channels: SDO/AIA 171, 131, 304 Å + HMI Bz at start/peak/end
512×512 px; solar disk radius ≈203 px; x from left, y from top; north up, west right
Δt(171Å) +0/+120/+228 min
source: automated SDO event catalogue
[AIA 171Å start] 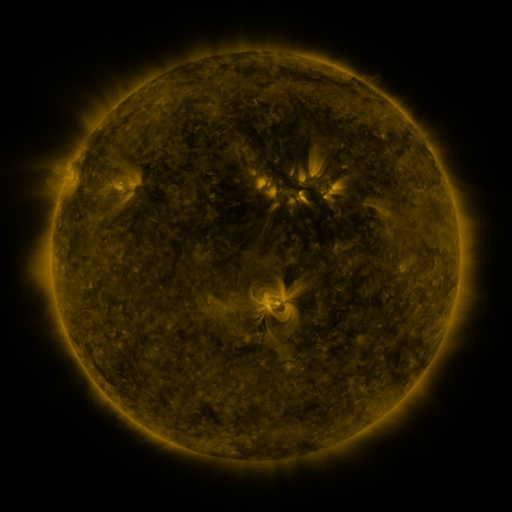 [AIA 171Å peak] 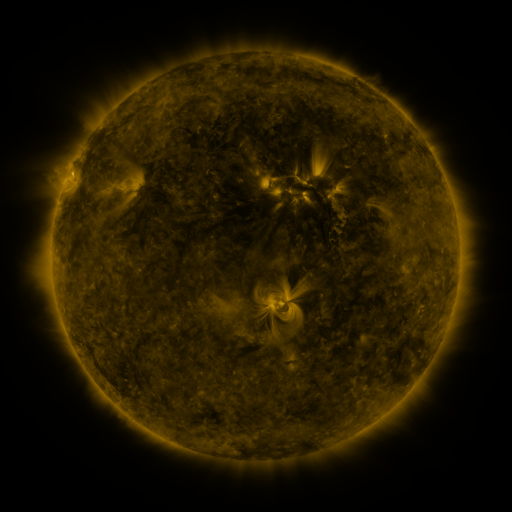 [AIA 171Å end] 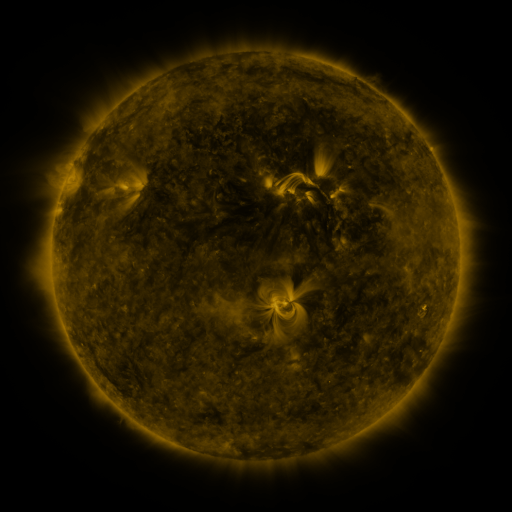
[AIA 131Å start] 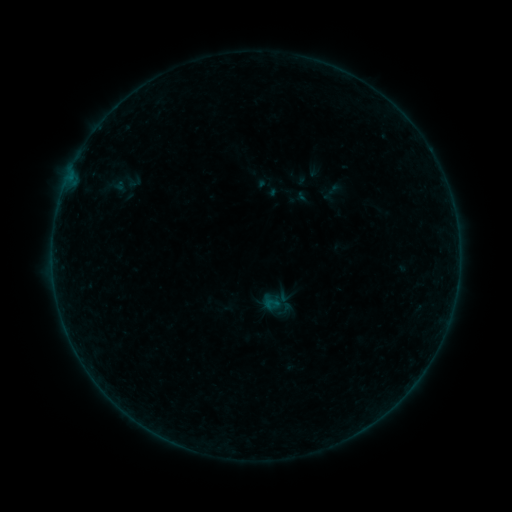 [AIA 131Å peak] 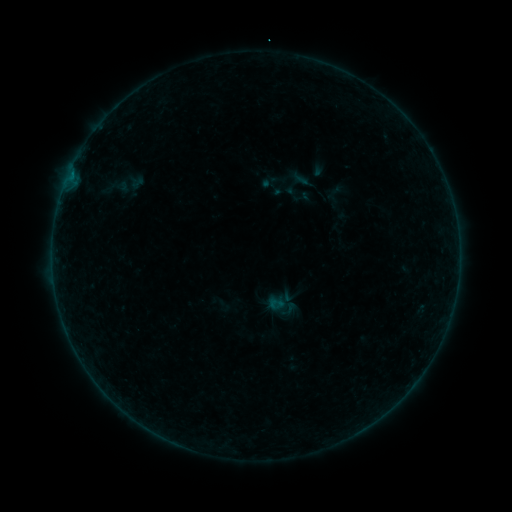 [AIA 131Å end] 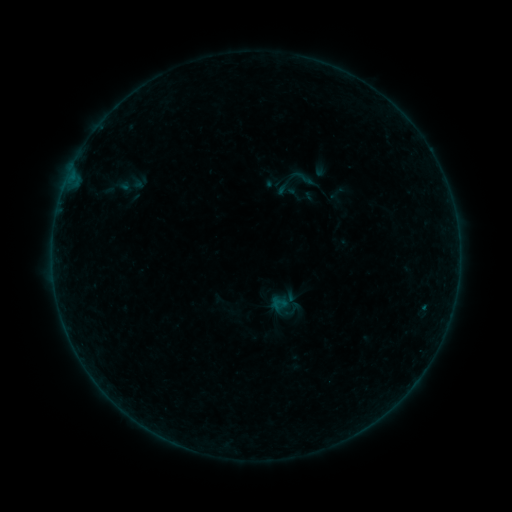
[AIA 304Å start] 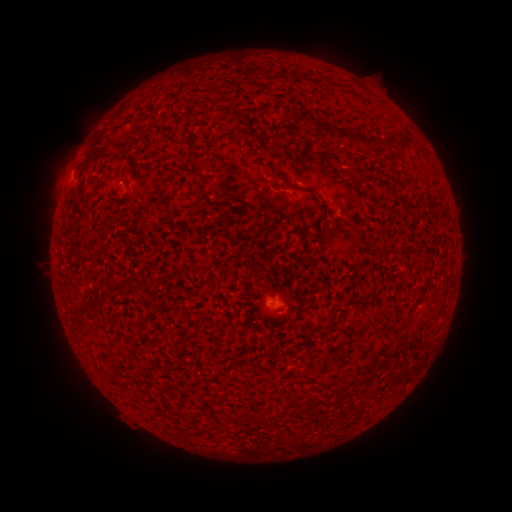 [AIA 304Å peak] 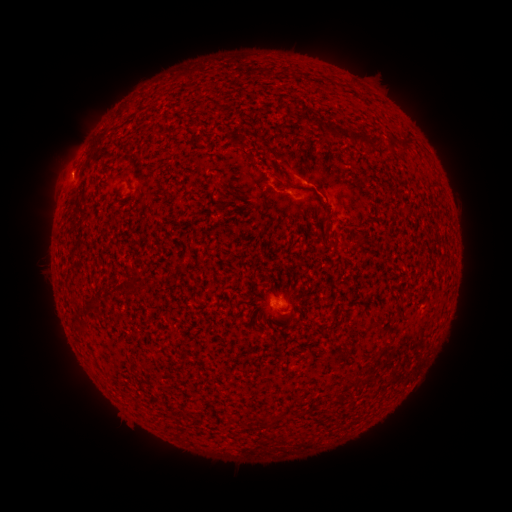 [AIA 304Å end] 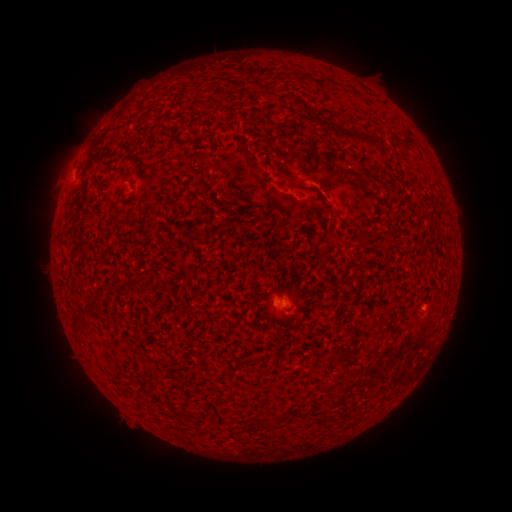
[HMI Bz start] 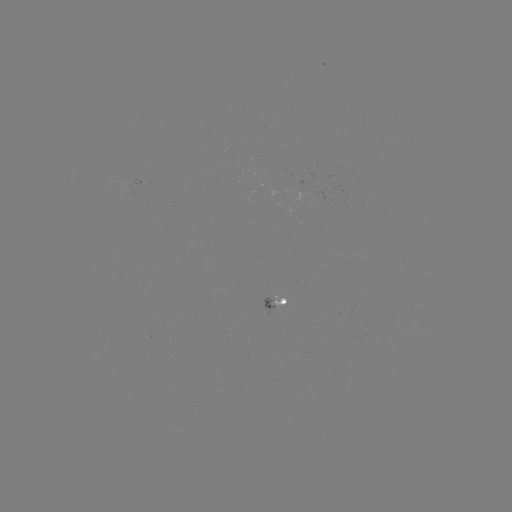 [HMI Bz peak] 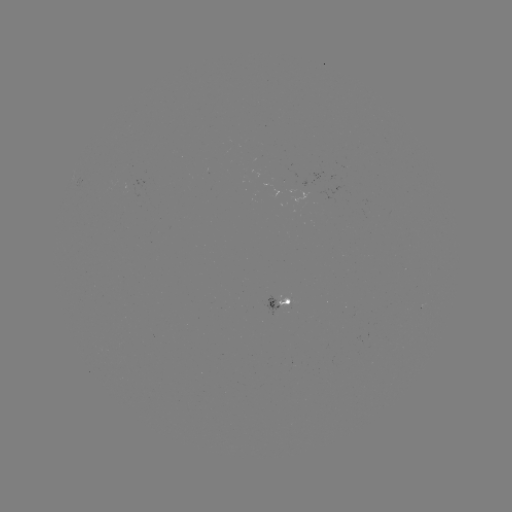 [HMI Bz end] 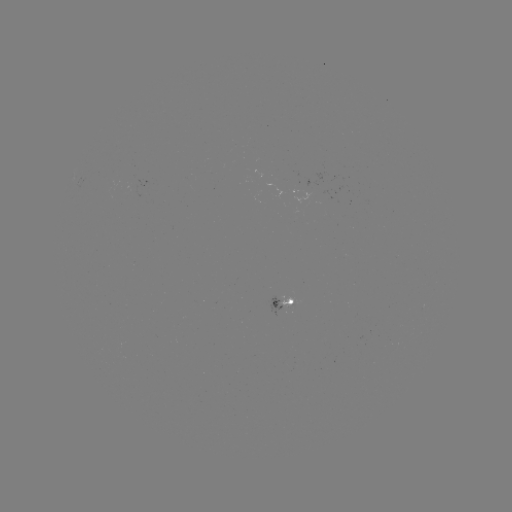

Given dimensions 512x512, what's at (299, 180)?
B1.4 flare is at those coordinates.